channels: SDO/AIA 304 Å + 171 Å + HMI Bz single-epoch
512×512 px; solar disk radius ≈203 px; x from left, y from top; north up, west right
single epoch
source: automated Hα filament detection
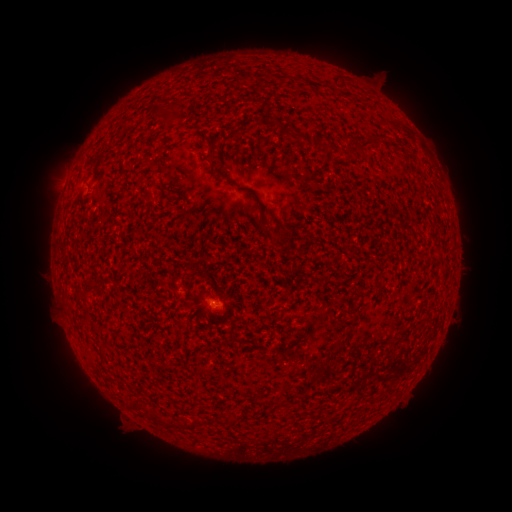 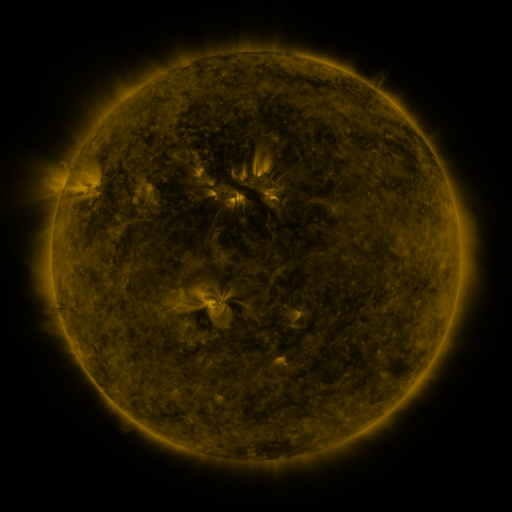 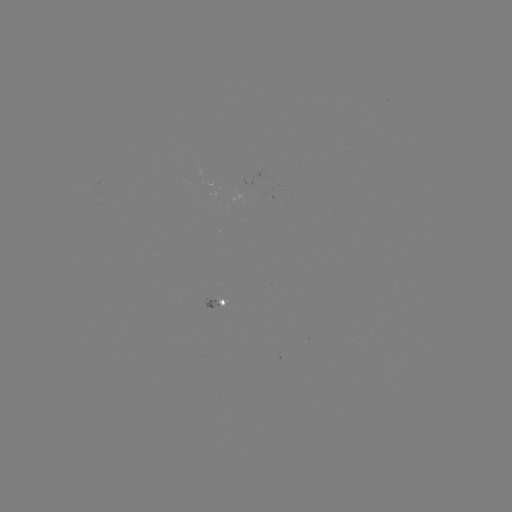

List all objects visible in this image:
filament: (338, 81)
filament: (171, 117)
filament: (371, 144)
filament: (318, 145)
filament: (212, 154)
filament: (275, 239)
filament: (92, 284)
filament: (337, 347)
filament: (316, 368)
